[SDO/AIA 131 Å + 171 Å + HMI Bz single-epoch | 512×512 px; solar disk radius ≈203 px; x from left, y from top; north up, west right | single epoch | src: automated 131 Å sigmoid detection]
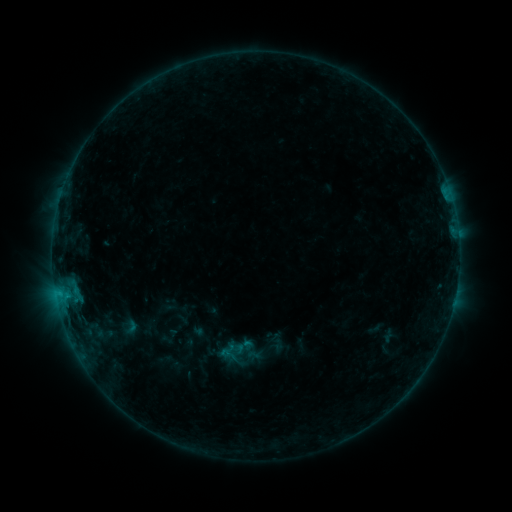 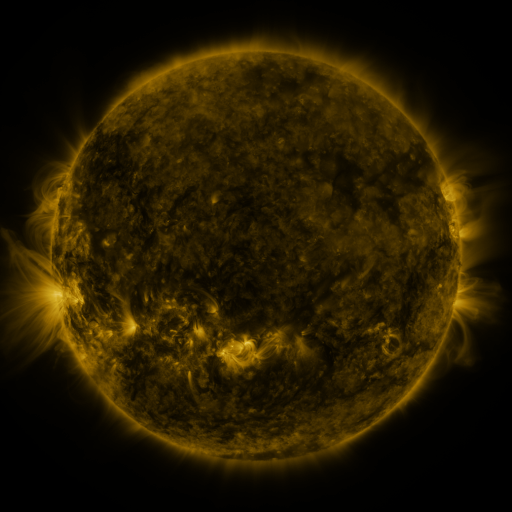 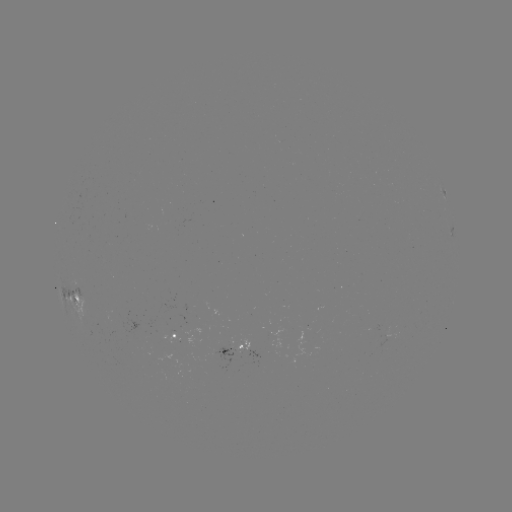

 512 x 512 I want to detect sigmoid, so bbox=[217, 343, 236, 360].